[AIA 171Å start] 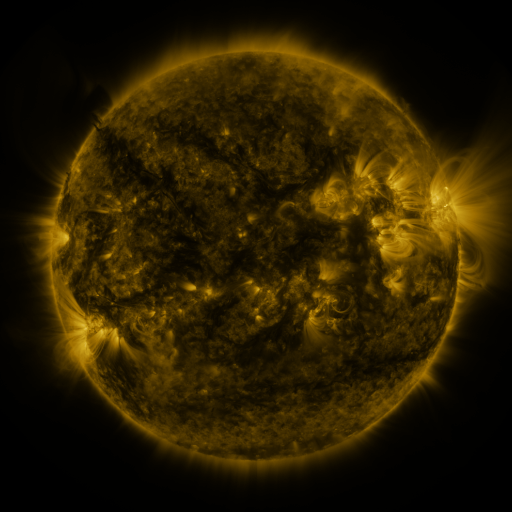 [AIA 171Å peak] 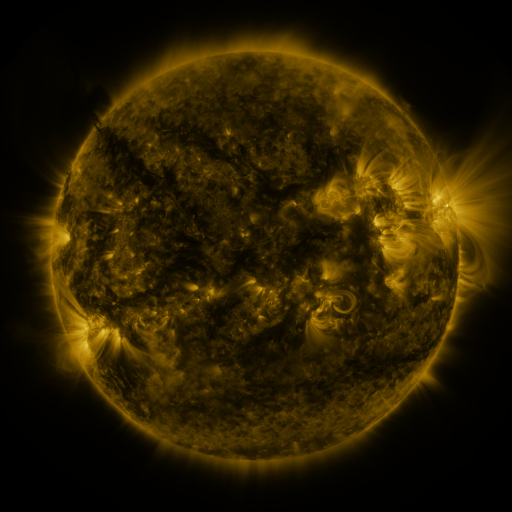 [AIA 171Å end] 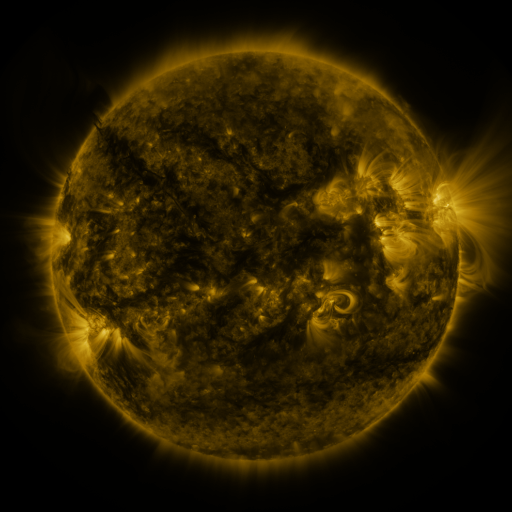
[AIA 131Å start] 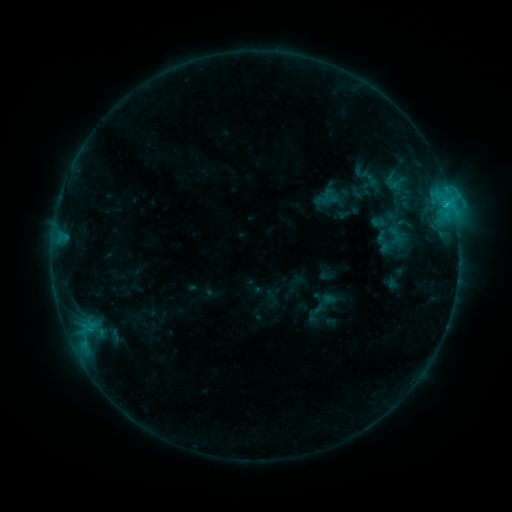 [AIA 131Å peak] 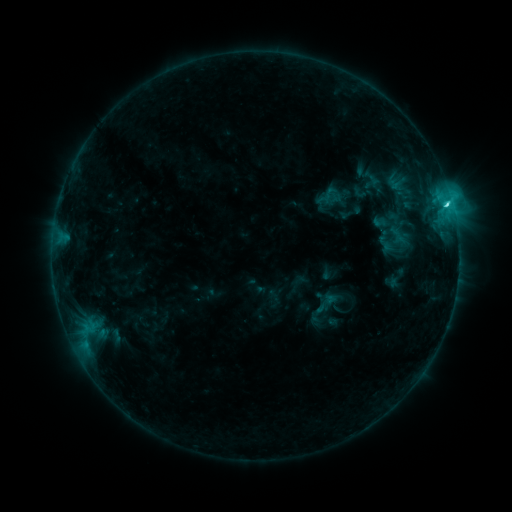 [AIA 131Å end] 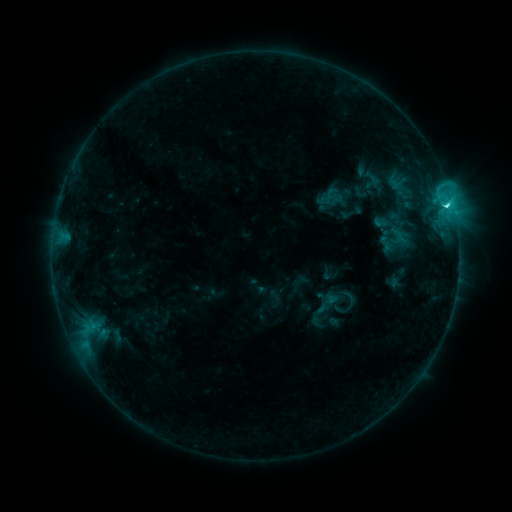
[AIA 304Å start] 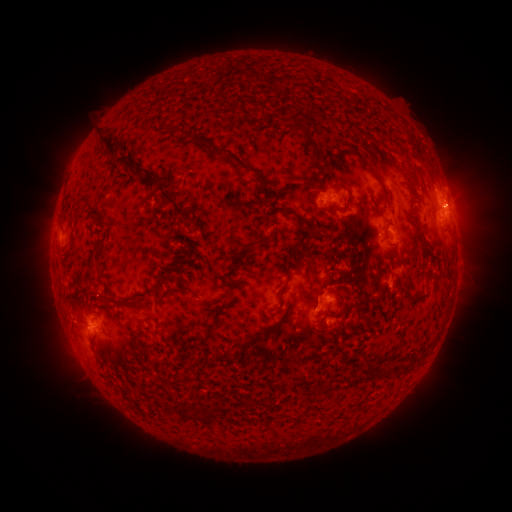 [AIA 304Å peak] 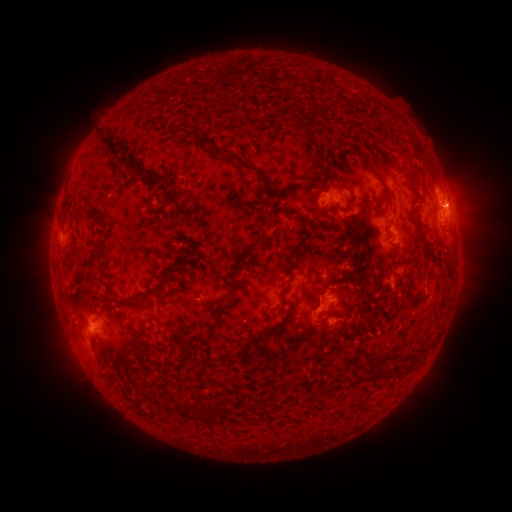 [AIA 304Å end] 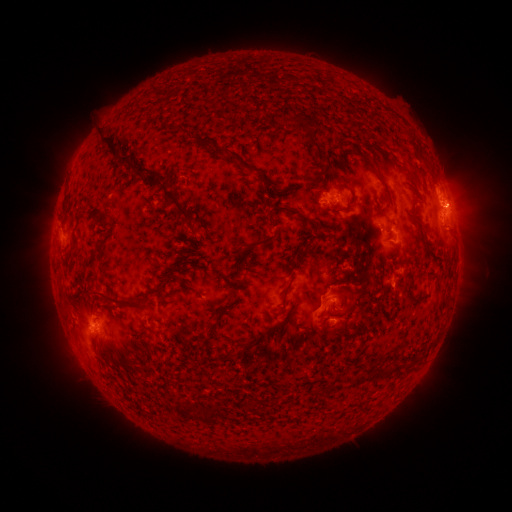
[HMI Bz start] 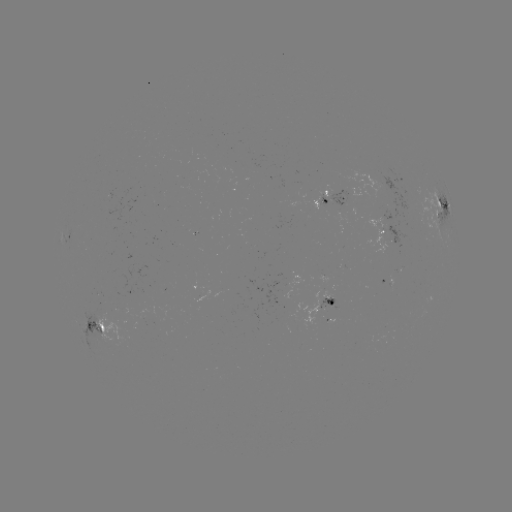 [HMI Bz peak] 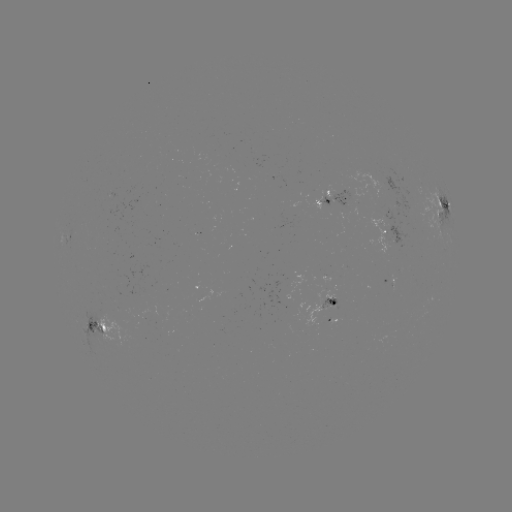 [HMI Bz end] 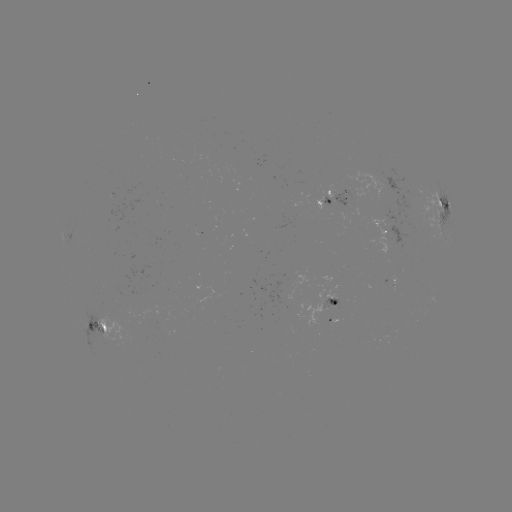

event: emerging-flux region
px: (398, 205)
